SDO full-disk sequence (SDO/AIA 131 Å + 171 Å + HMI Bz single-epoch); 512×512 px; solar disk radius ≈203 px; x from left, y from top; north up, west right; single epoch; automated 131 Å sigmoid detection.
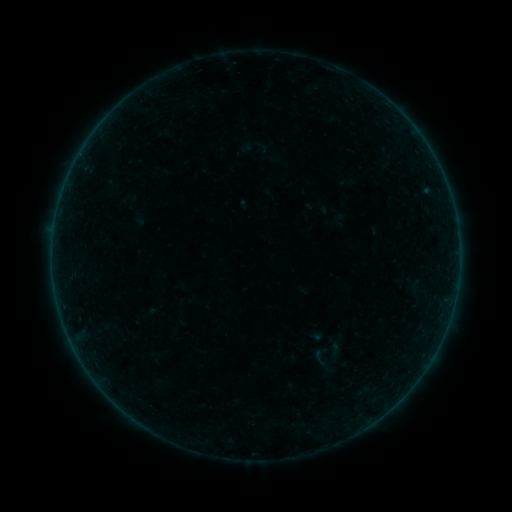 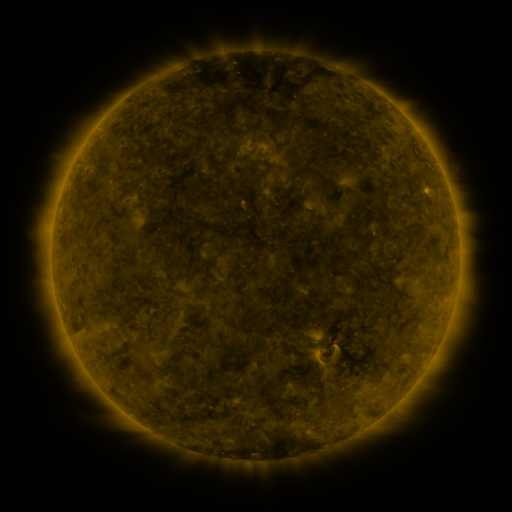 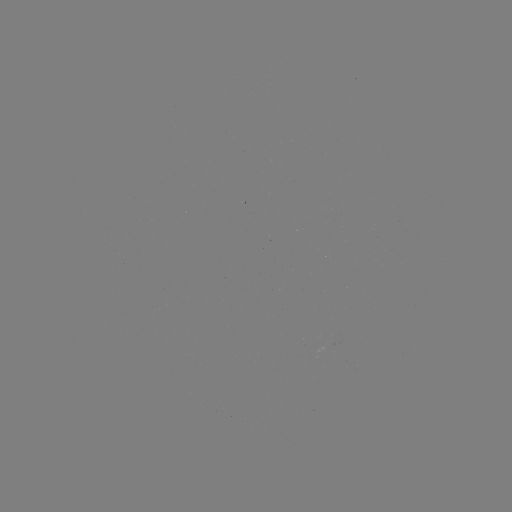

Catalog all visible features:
sigmoid: (334, 350)
sigmoid: (320, 358)
